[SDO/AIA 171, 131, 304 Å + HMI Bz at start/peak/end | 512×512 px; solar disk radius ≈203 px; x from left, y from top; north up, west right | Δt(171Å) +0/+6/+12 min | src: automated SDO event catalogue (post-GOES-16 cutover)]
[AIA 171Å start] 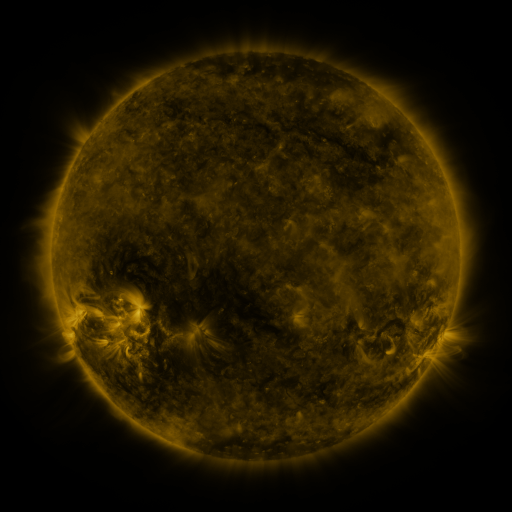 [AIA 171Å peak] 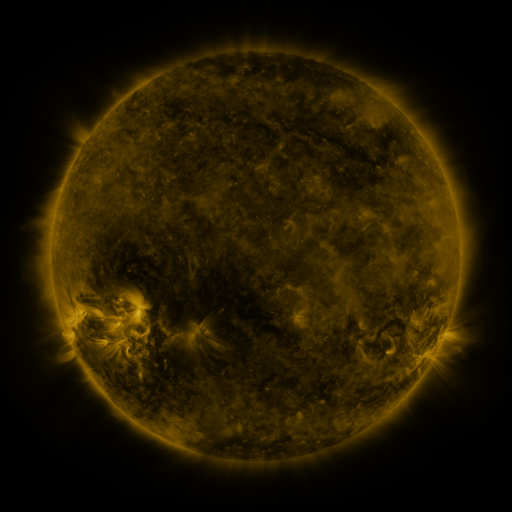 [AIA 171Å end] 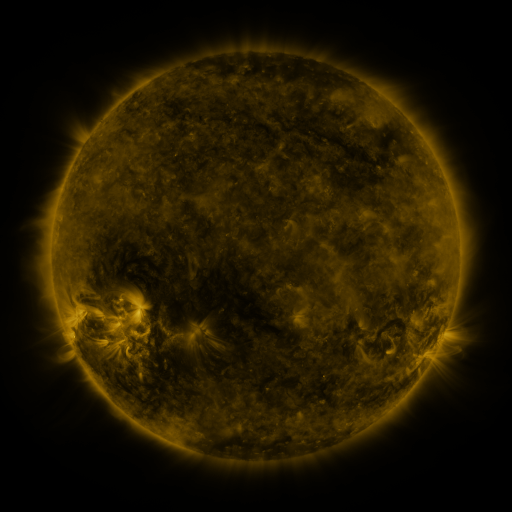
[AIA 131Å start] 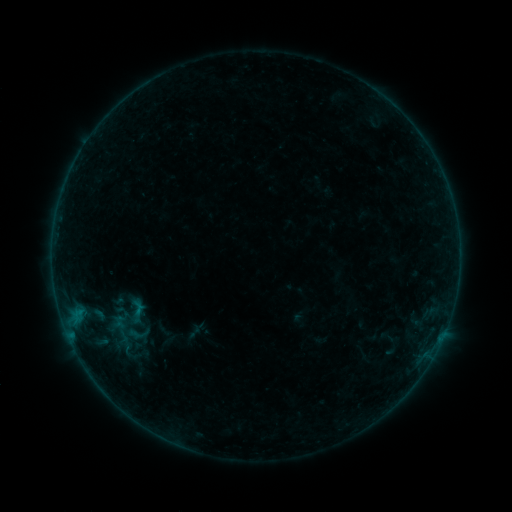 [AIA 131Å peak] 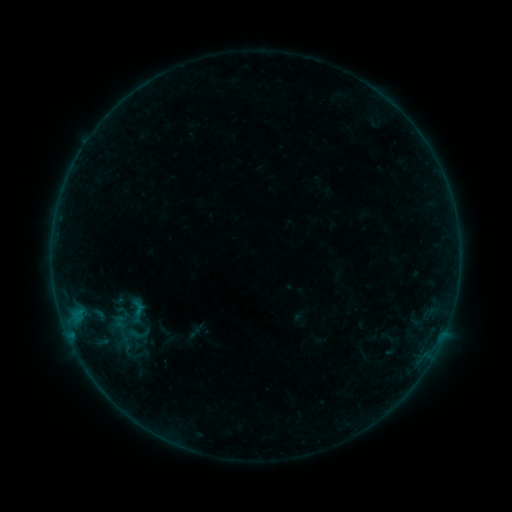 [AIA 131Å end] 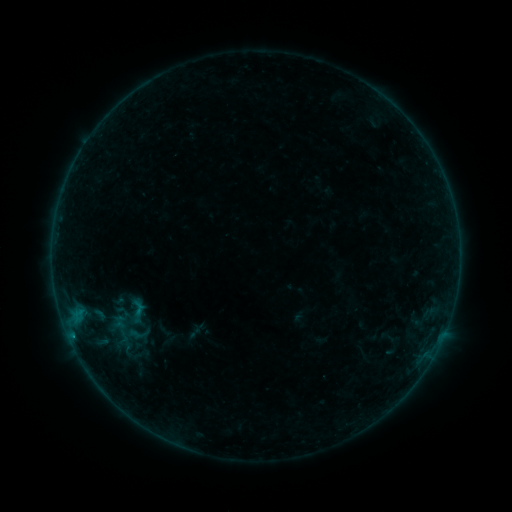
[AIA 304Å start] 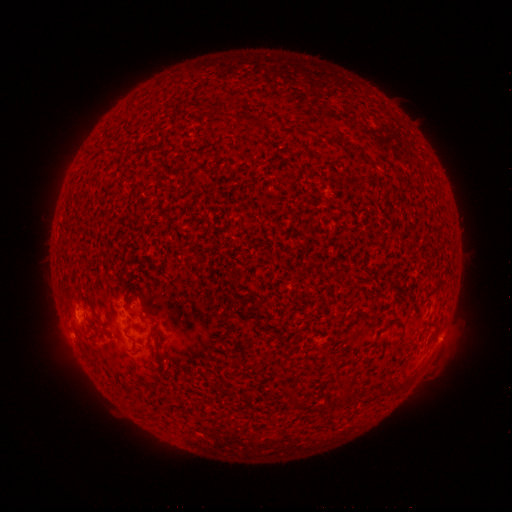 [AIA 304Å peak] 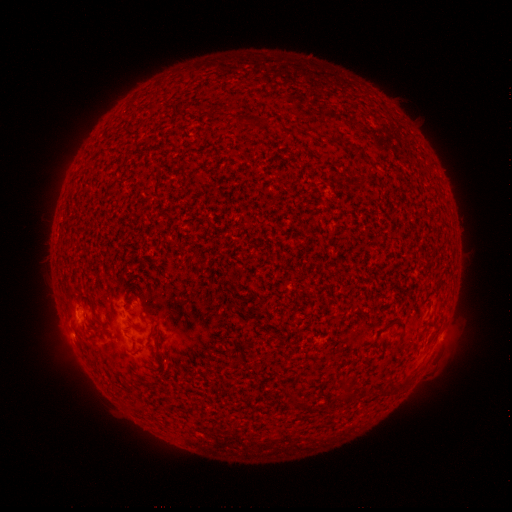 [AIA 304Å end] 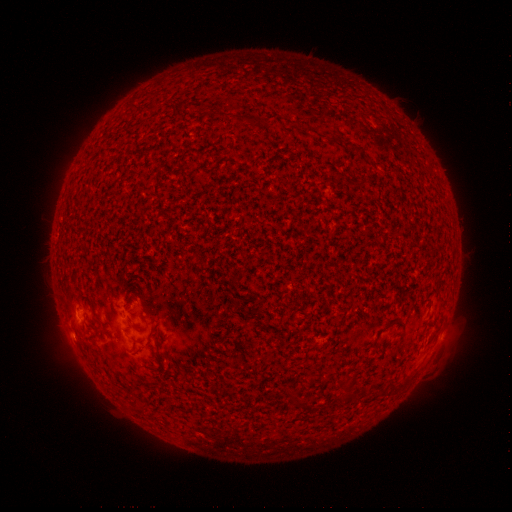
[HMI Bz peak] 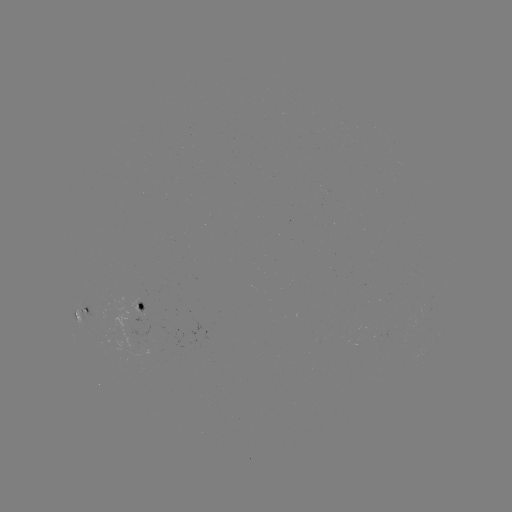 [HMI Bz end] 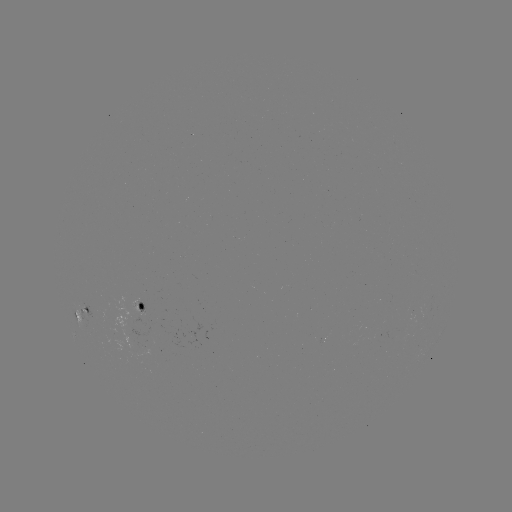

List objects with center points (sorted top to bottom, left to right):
B2.1 flare: (72, 333)
